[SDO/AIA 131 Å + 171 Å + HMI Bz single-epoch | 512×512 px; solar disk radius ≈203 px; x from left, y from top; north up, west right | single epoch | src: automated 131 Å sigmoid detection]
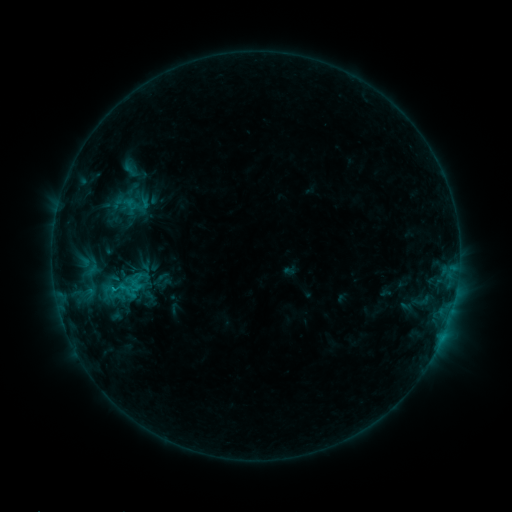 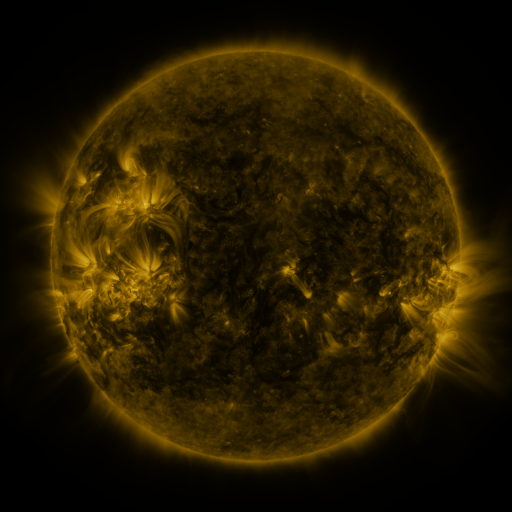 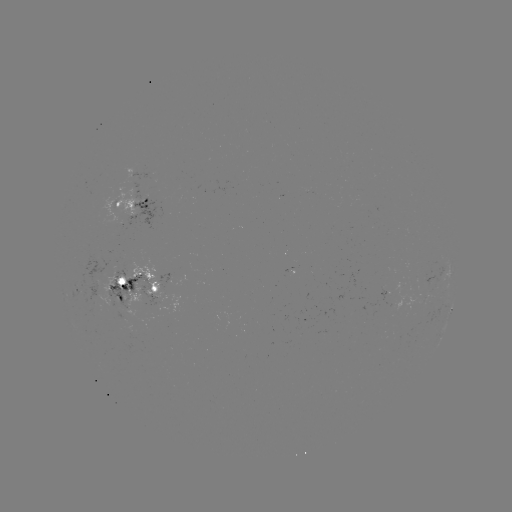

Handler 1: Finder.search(sigmoid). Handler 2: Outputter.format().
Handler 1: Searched sigmoid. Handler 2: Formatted [126, 290].